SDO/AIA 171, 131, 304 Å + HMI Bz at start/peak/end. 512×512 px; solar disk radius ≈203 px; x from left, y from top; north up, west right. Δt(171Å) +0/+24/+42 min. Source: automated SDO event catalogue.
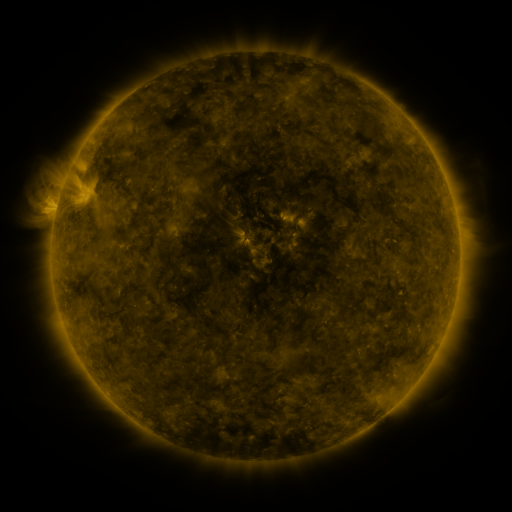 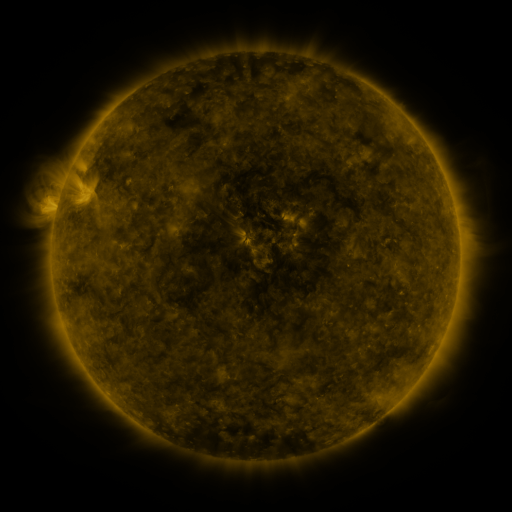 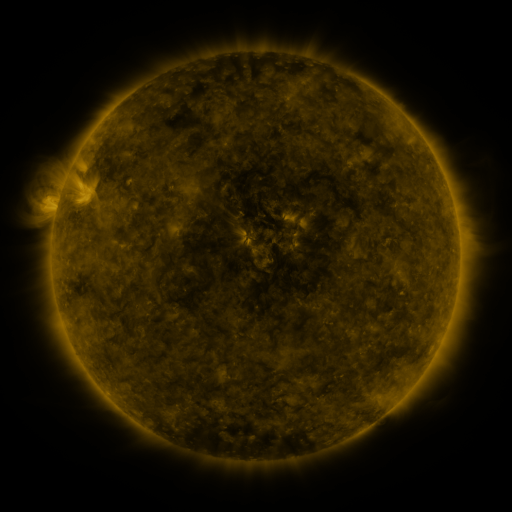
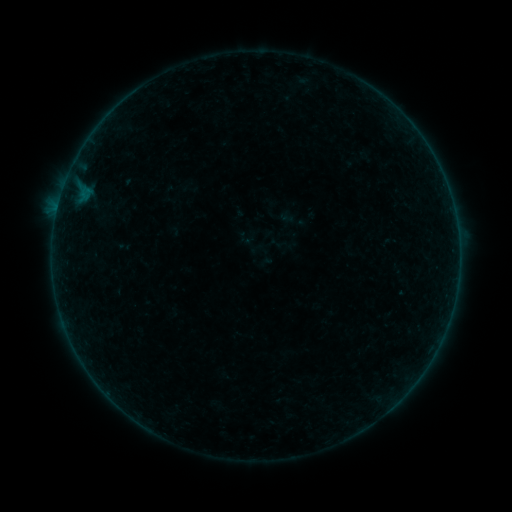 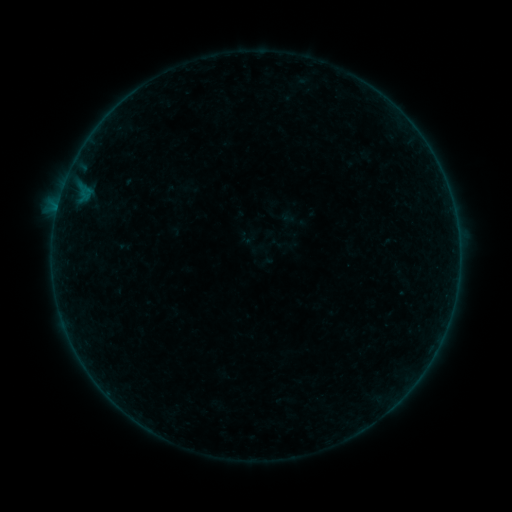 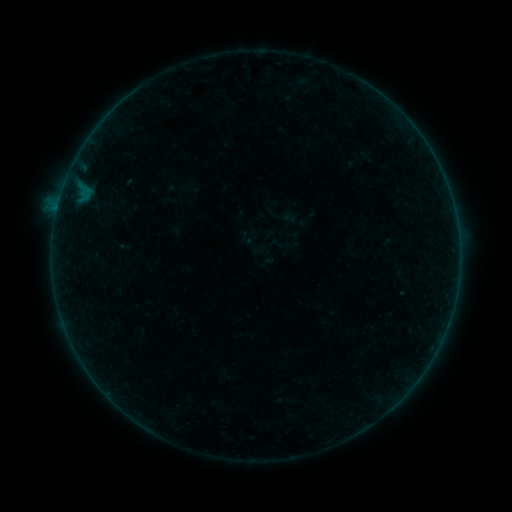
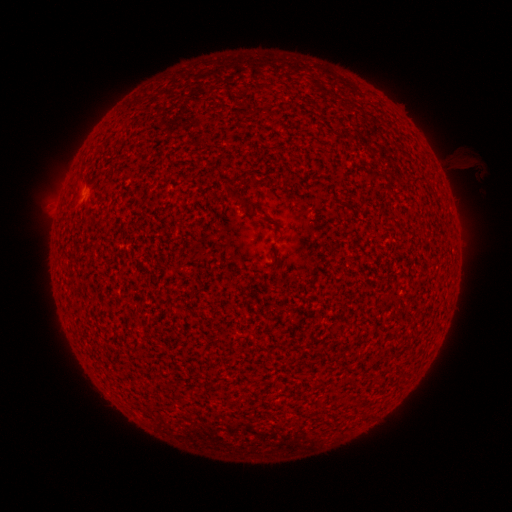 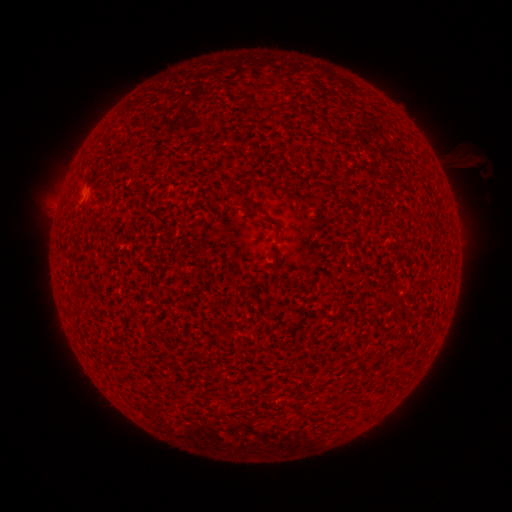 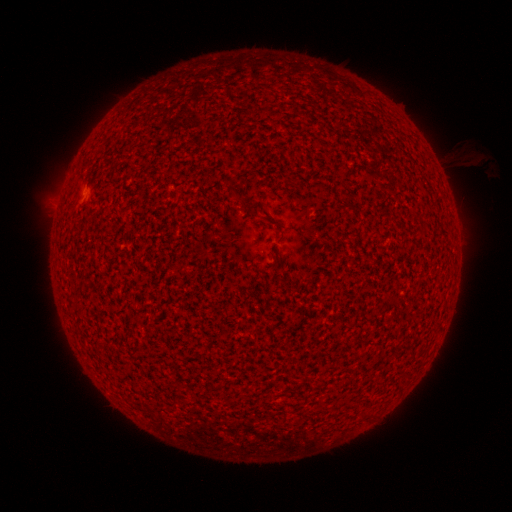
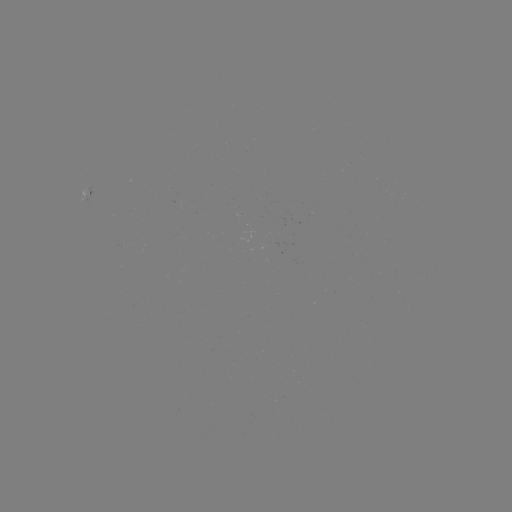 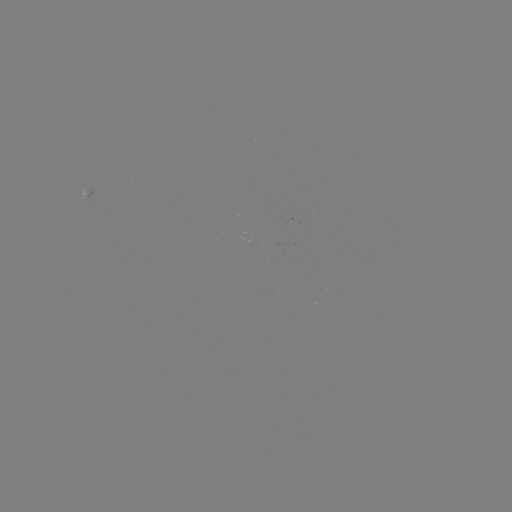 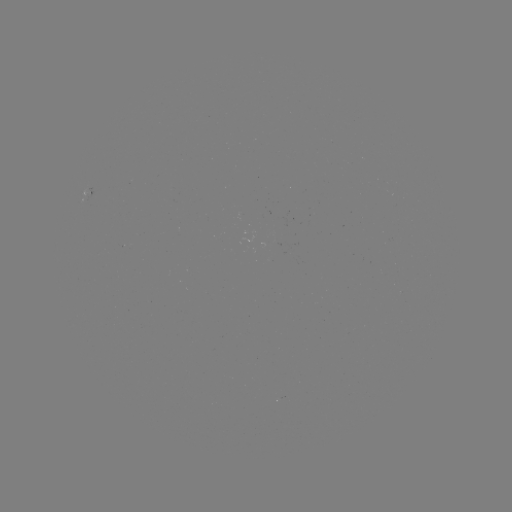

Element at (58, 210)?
A5.2 flare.